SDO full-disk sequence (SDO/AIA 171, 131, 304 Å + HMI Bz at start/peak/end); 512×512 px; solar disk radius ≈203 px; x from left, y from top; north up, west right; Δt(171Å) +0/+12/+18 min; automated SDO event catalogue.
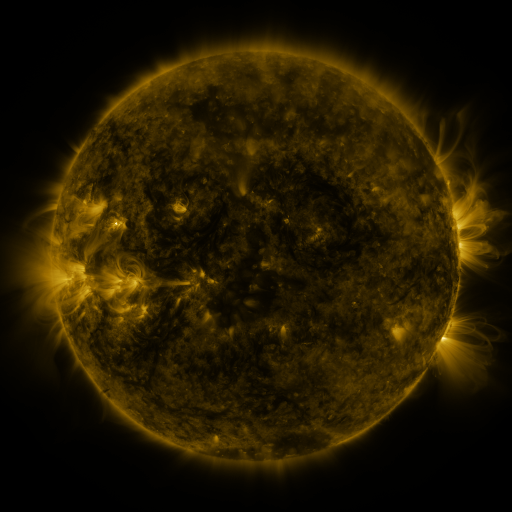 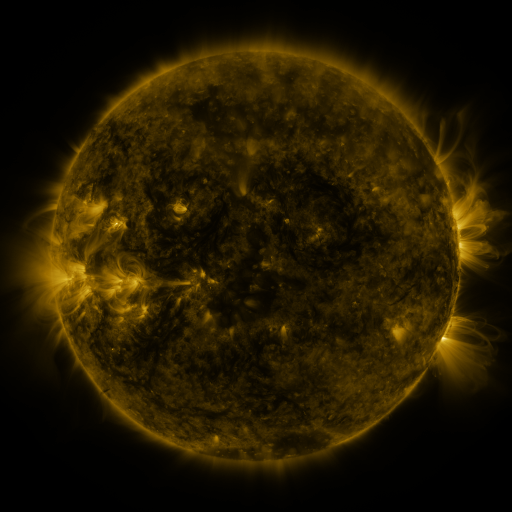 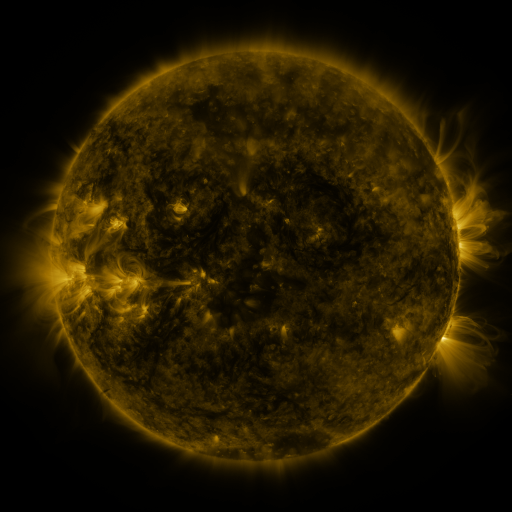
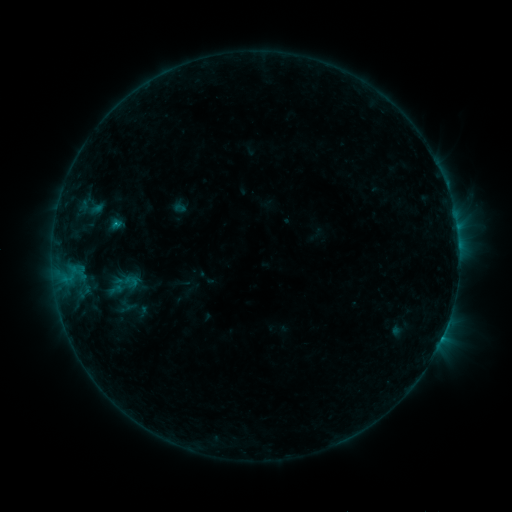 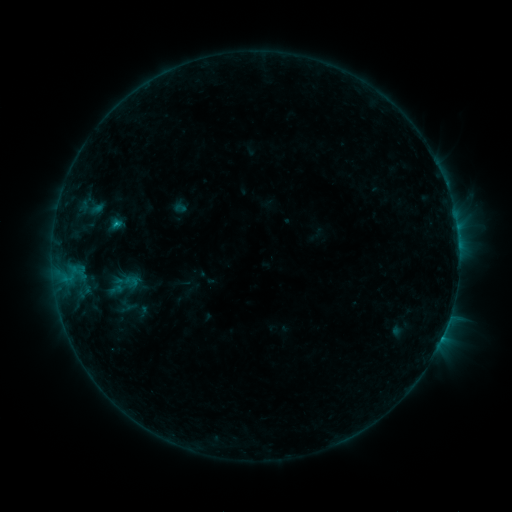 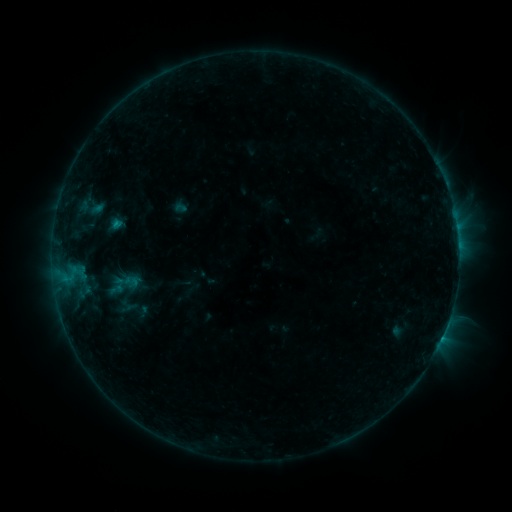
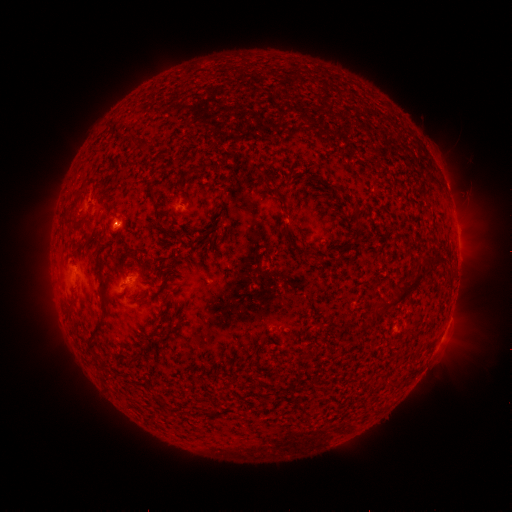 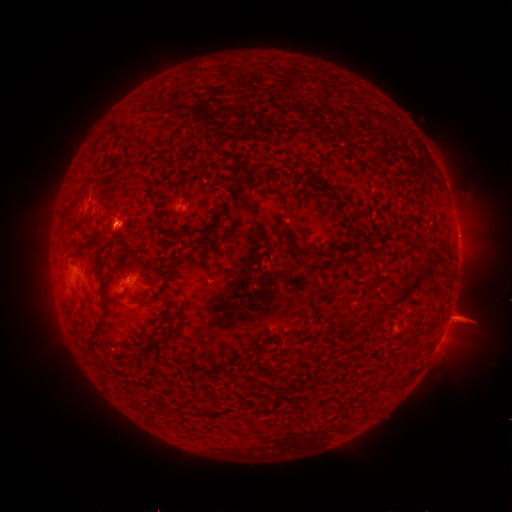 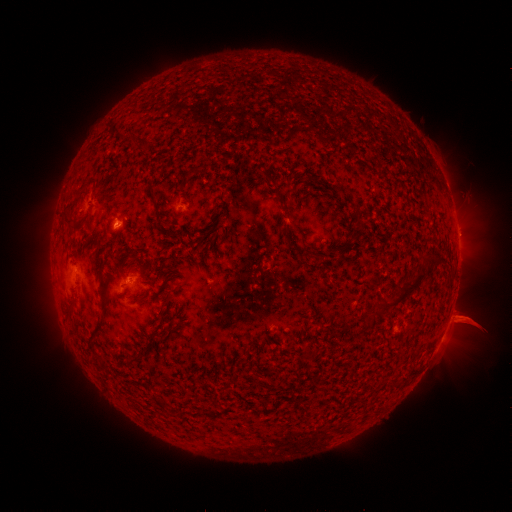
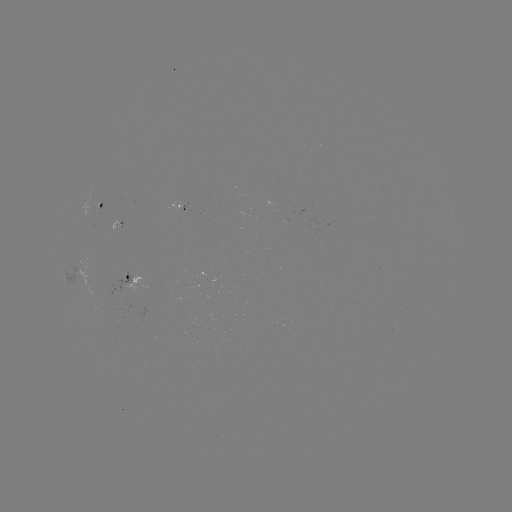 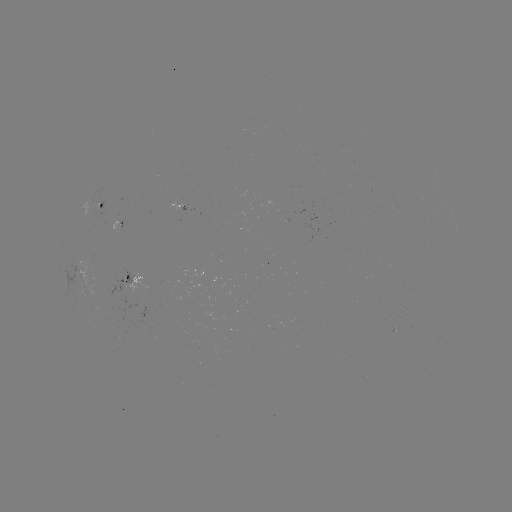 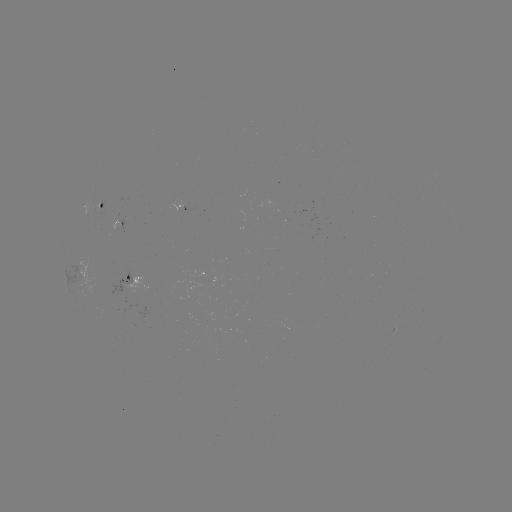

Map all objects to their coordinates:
eruption: (464, 320)
